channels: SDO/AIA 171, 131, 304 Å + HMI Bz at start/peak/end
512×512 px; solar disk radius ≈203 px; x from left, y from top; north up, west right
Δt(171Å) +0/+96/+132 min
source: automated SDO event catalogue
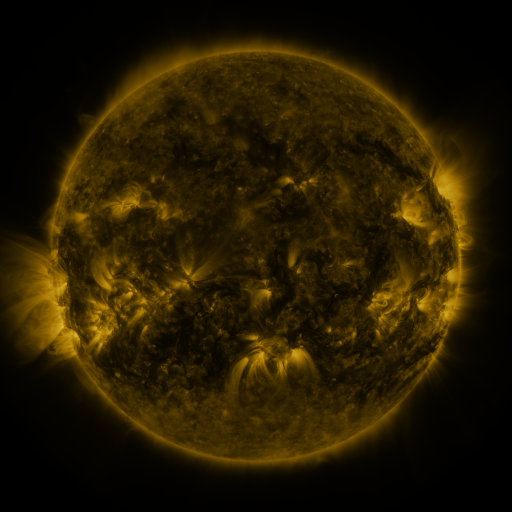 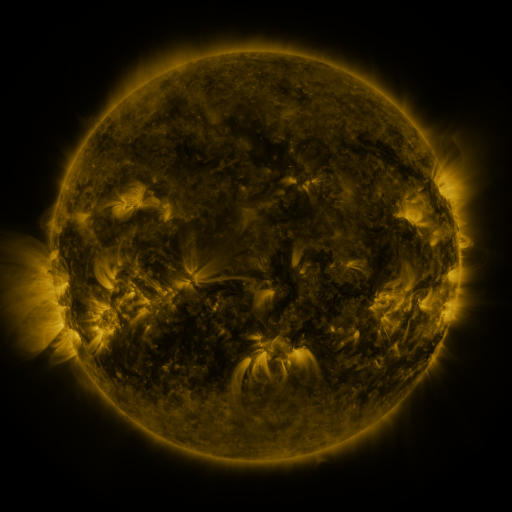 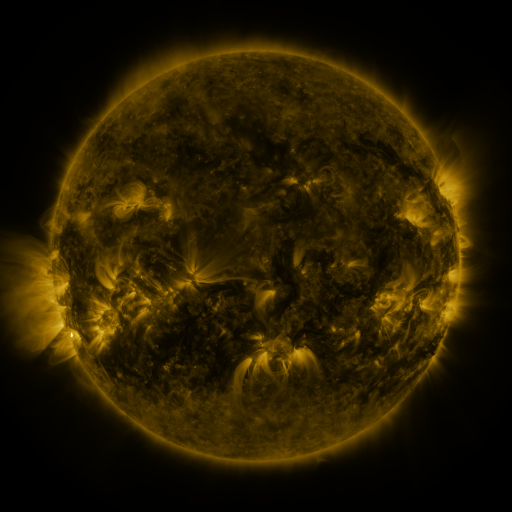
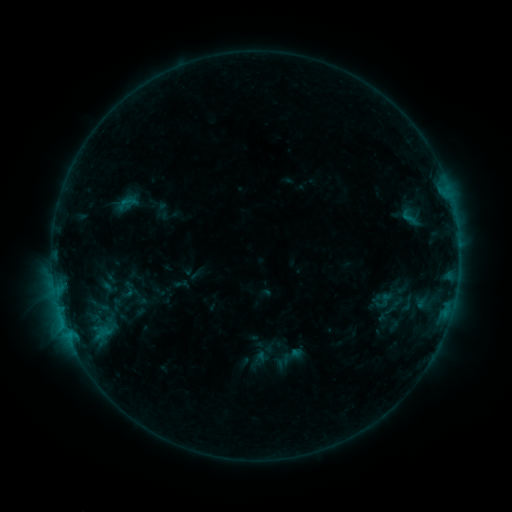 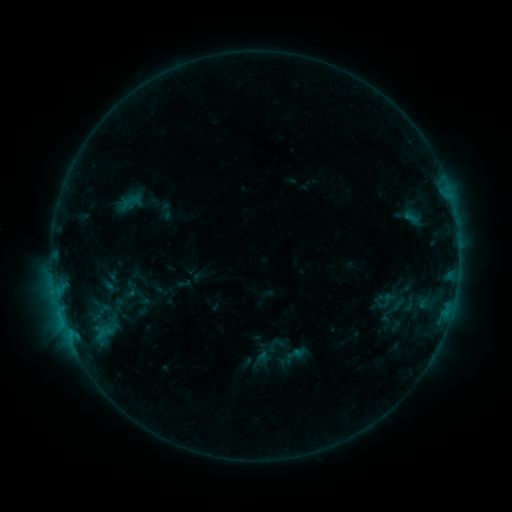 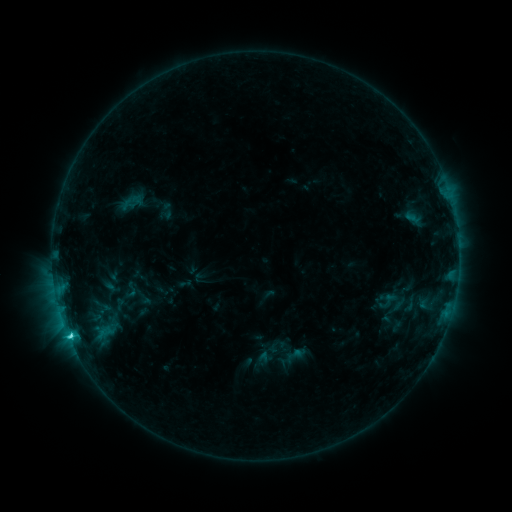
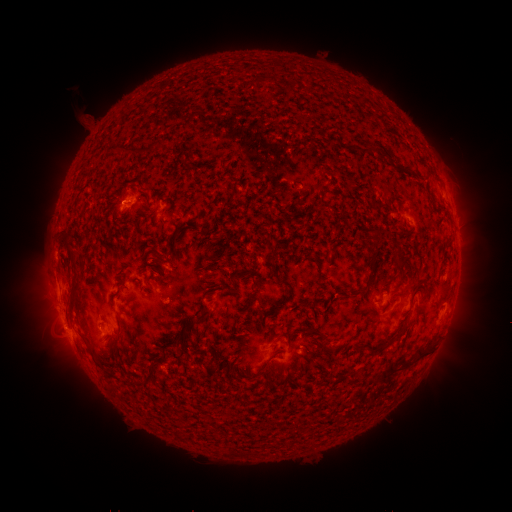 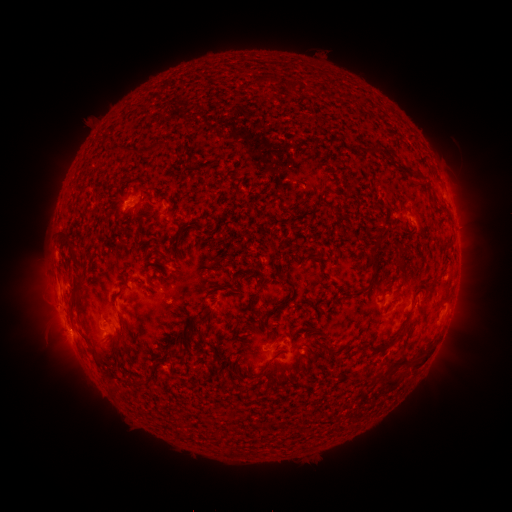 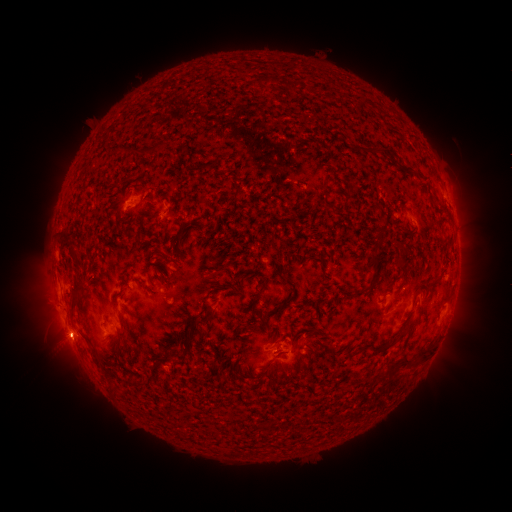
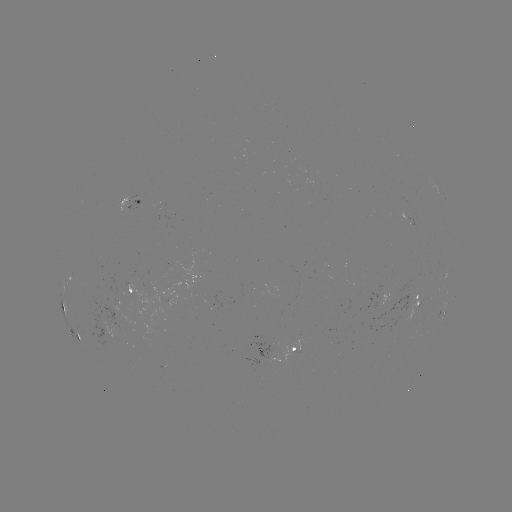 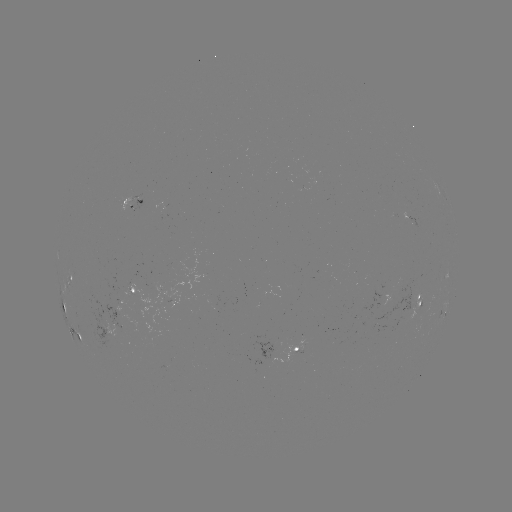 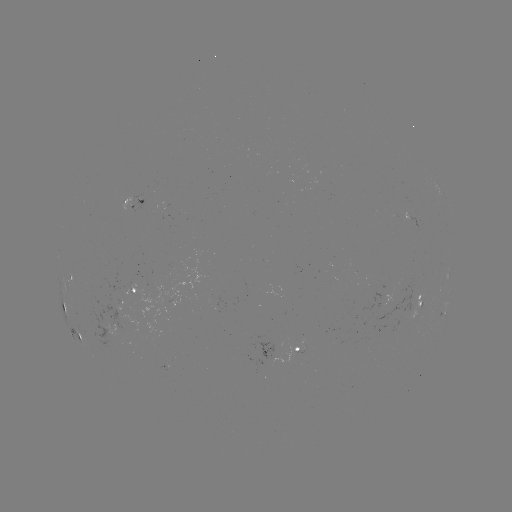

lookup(emerging-flux region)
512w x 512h (408, 313)